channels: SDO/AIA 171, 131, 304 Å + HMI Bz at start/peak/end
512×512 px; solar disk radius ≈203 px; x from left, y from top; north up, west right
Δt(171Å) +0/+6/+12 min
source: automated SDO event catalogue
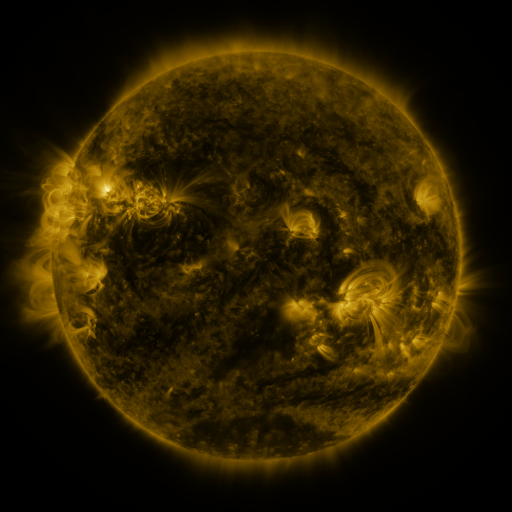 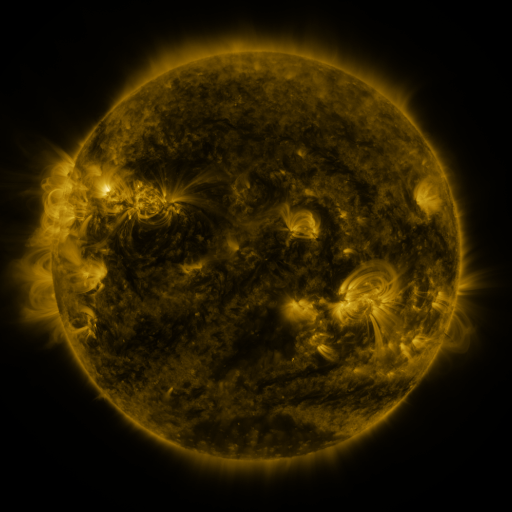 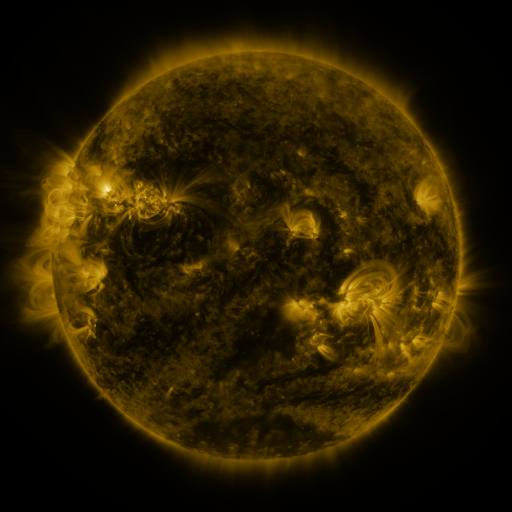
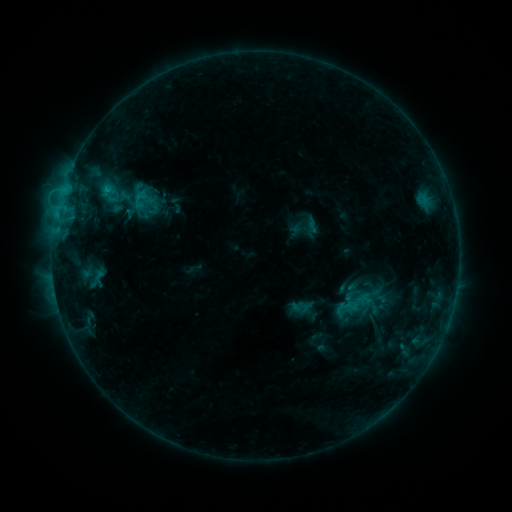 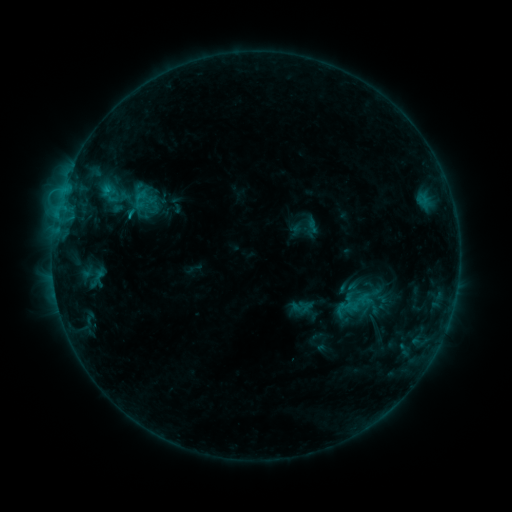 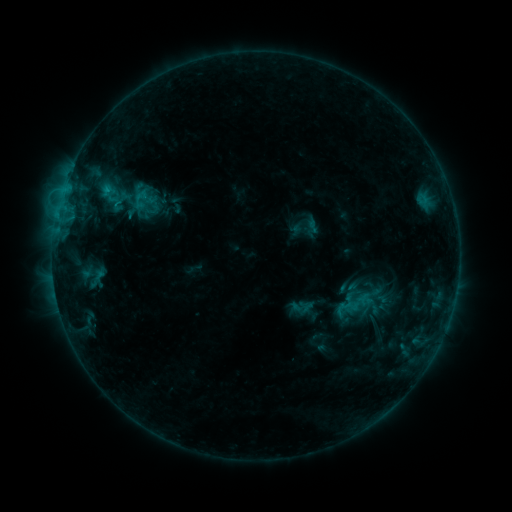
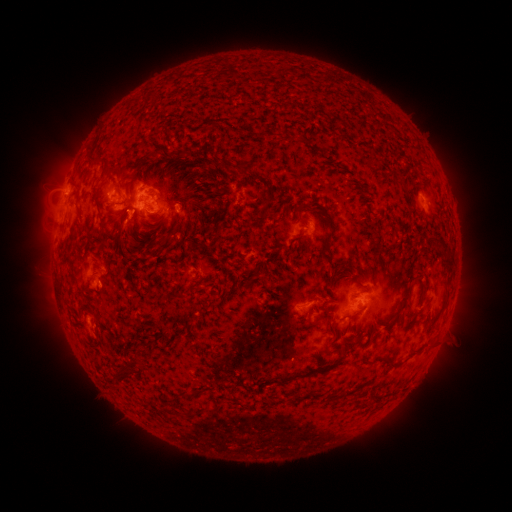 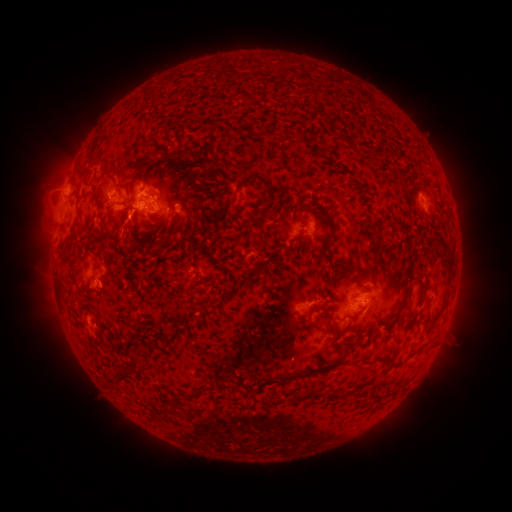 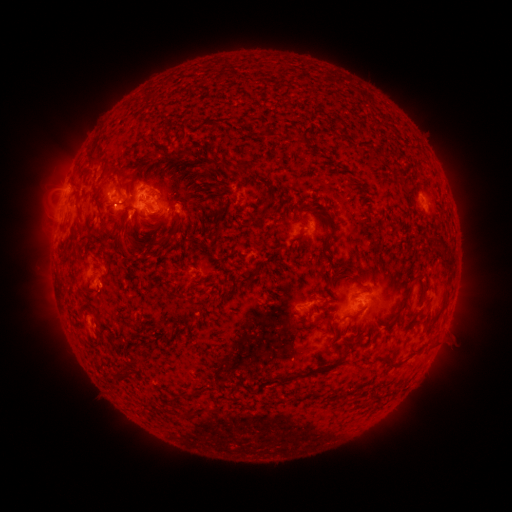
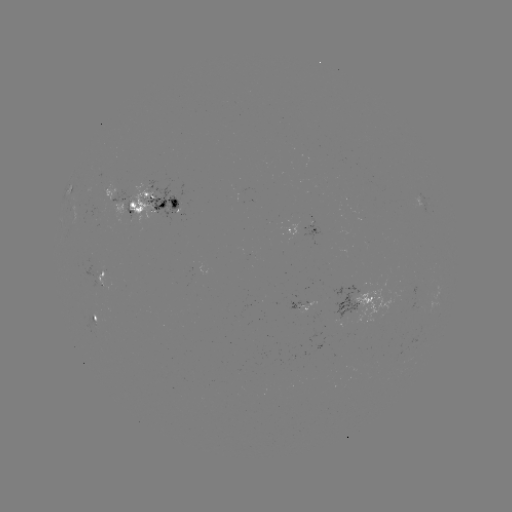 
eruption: [100, 212, 147, 260]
